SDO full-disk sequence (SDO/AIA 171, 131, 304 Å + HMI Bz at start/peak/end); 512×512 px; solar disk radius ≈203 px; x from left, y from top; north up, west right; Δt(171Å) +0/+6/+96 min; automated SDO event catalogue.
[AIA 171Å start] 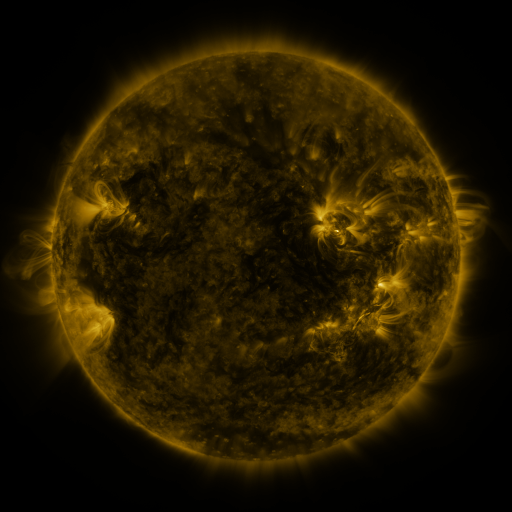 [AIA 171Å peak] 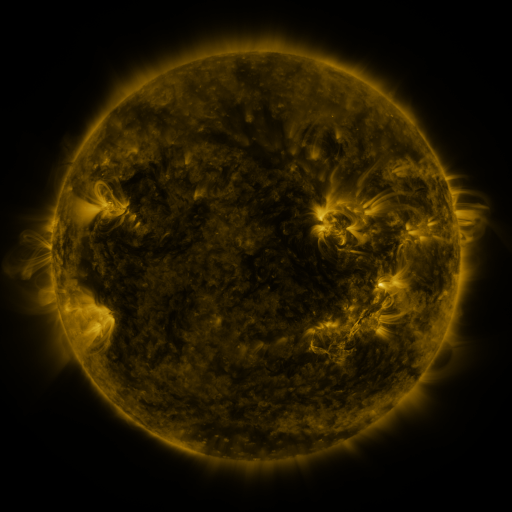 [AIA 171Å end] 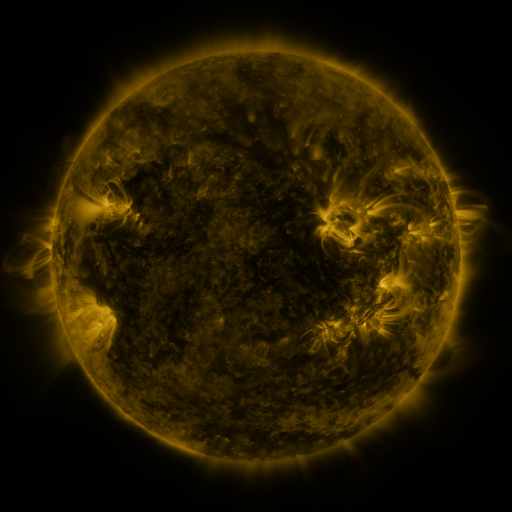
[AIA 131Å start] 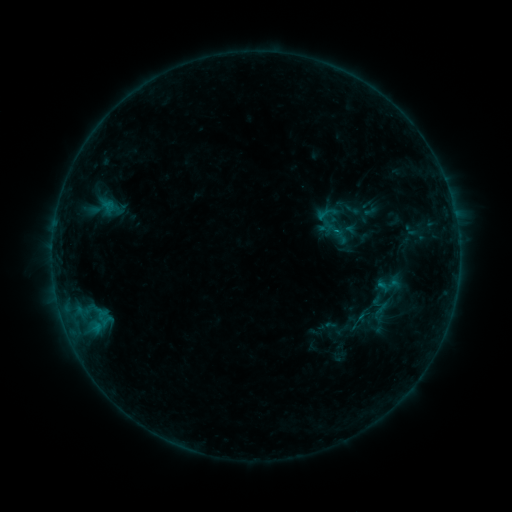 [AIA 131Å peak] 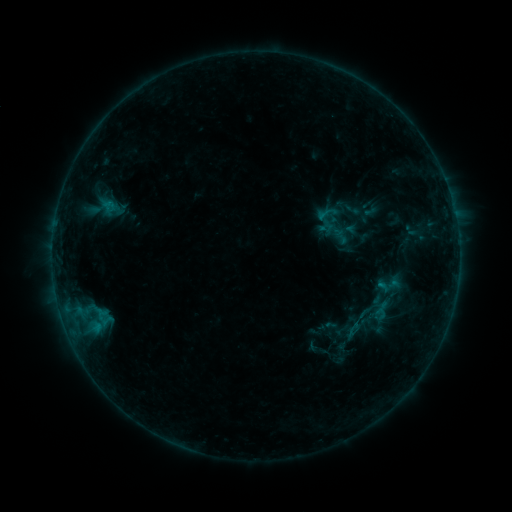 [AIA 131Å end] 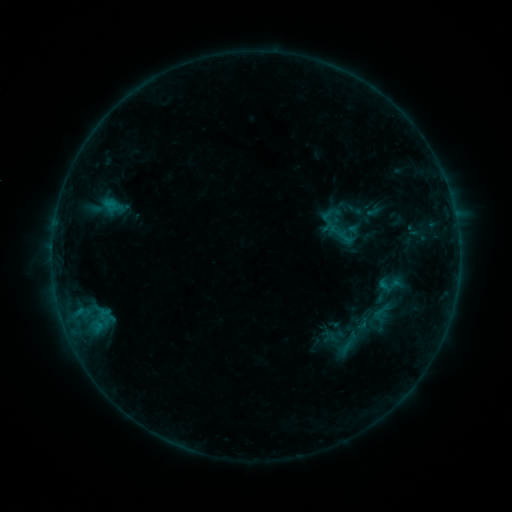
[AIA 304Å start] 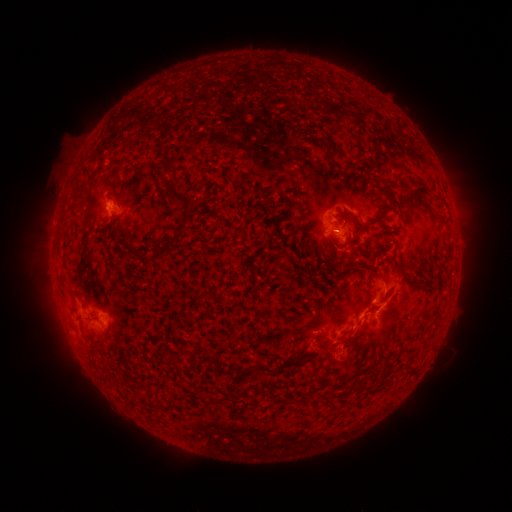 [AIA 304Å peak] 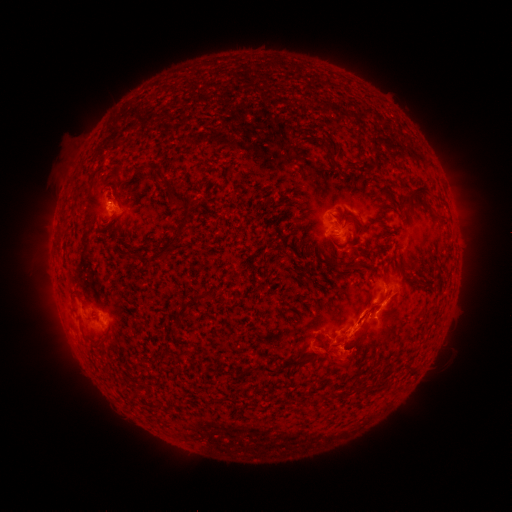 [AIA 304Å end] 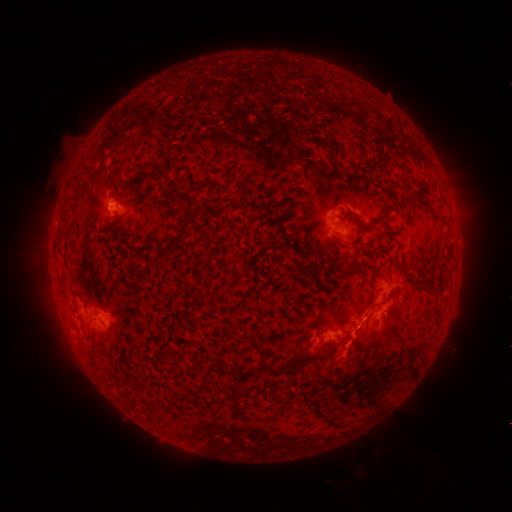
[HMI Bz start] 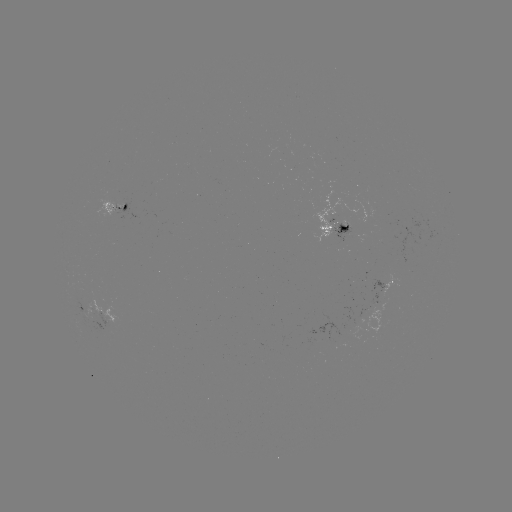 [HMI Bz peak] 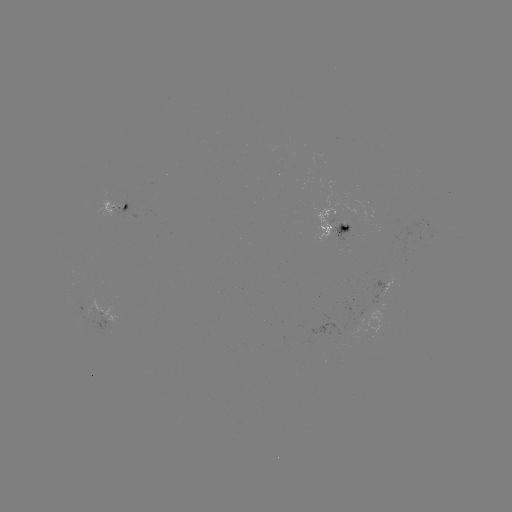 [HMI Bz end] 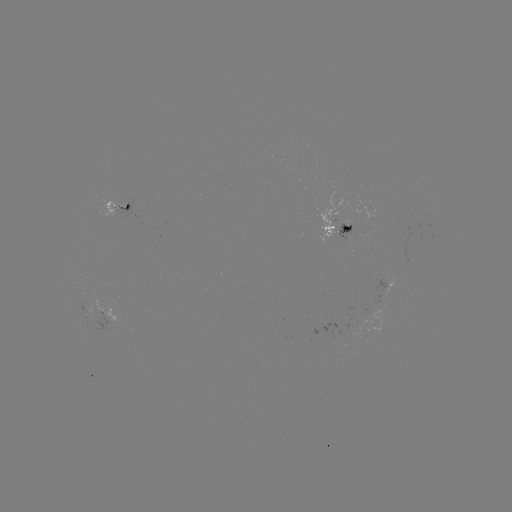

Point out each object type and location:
C1.3 flare: (380, 304)
